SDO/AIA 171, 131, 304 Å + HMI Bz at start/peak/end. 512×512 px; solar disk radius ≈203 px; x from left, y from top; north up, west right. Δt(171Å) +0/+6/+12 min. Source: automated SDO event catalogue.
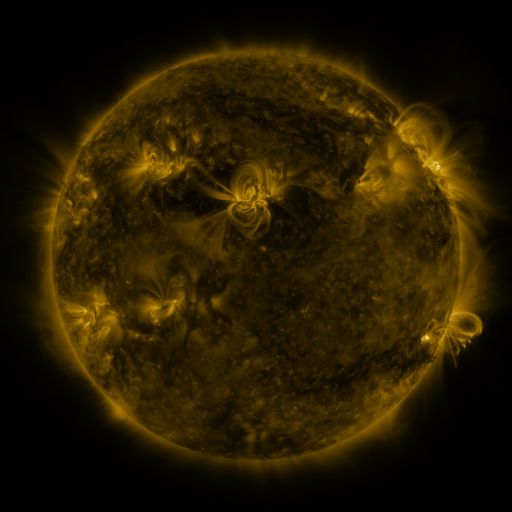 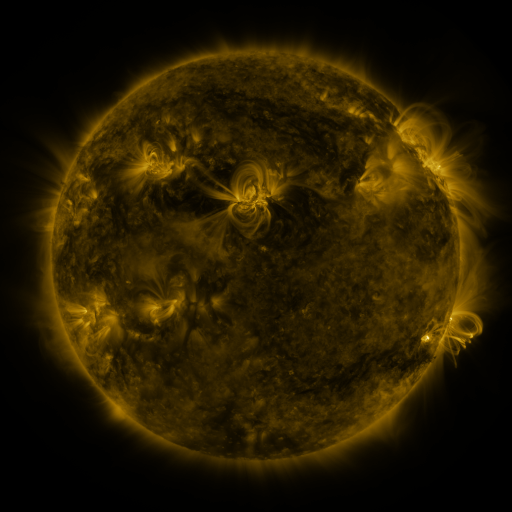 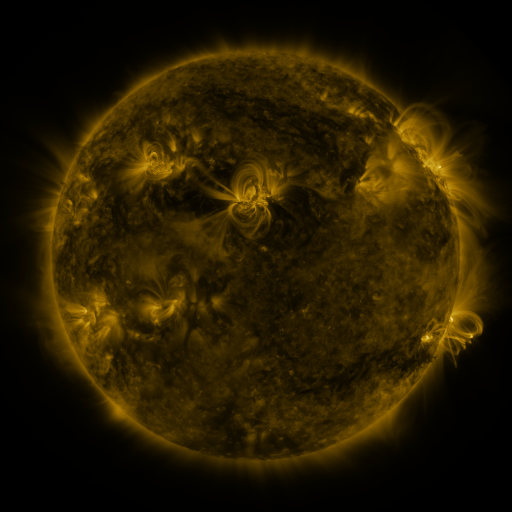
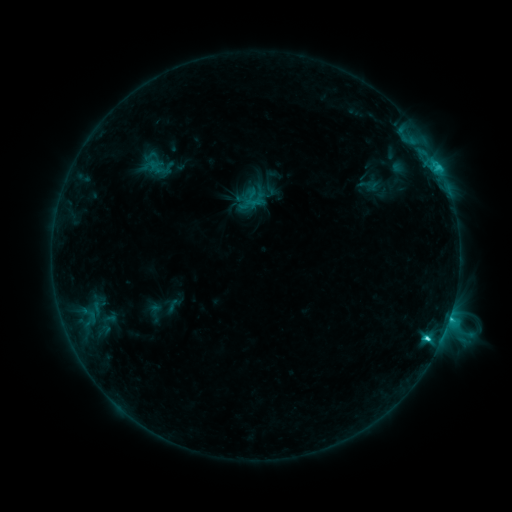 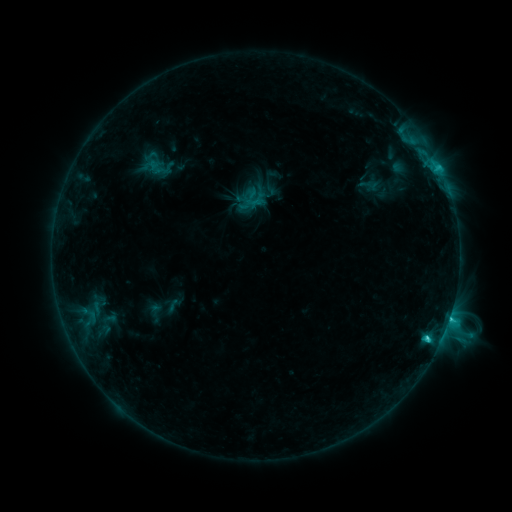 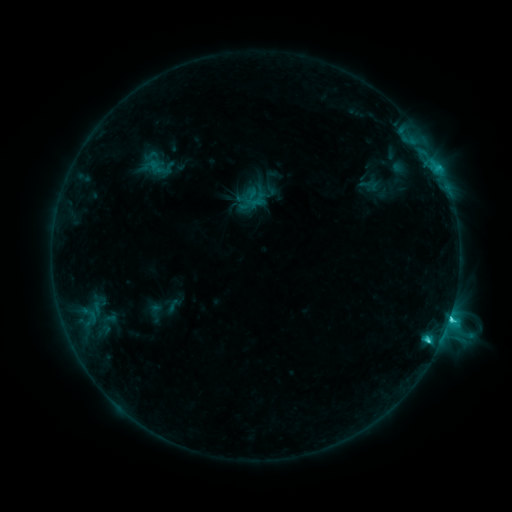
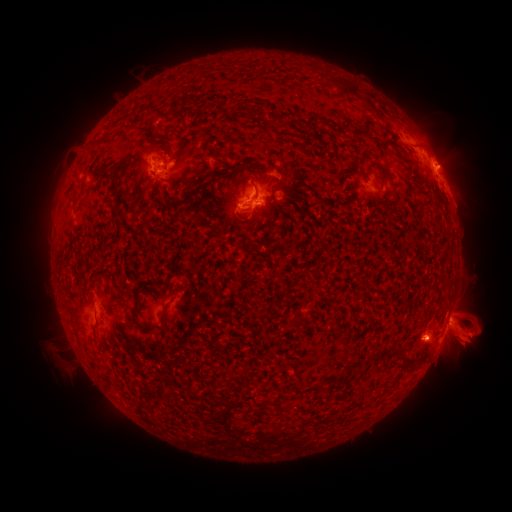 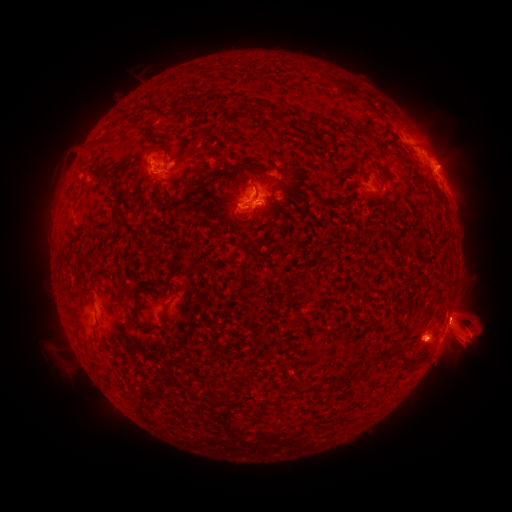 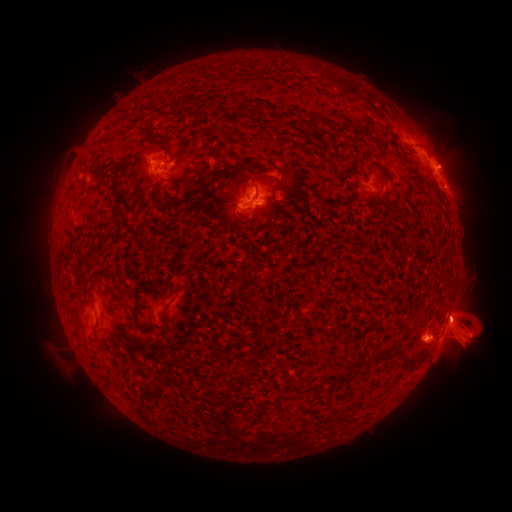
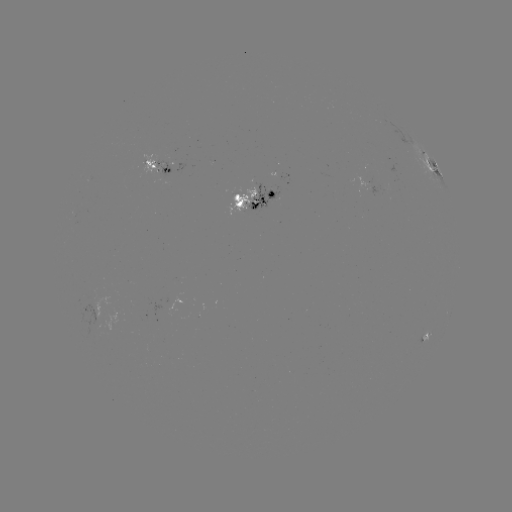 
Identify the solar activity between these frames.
C6.4 flare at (427, 336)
